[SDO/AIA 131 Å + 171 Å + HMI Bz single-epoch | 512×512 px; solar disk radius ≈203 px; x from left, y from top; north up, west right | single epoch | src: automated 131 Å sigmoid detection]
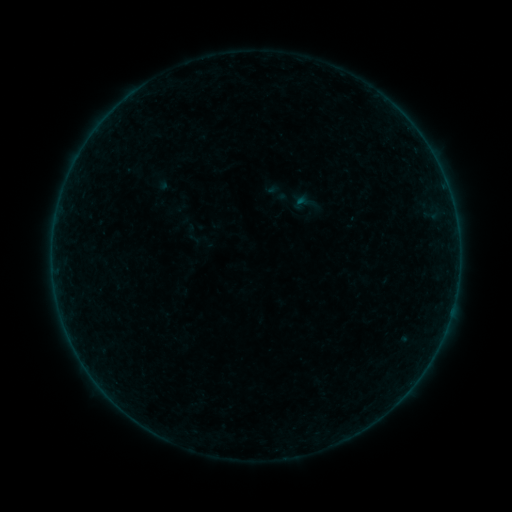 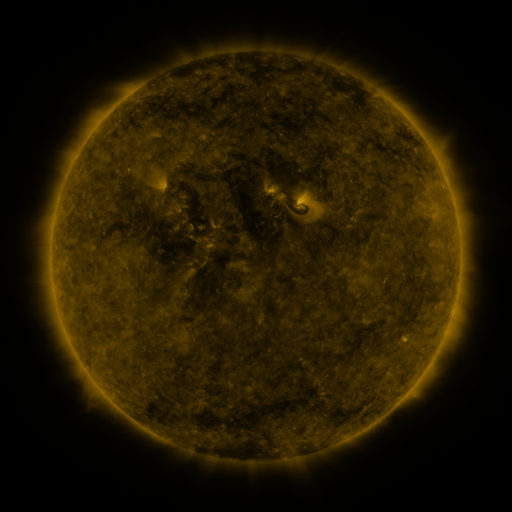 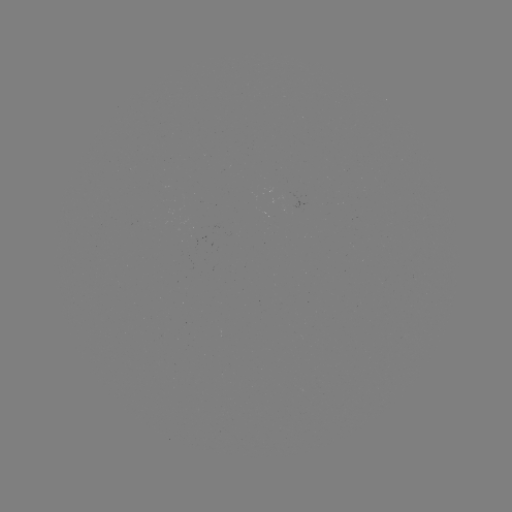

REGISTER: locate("sigmoid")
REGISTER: [300, 203]